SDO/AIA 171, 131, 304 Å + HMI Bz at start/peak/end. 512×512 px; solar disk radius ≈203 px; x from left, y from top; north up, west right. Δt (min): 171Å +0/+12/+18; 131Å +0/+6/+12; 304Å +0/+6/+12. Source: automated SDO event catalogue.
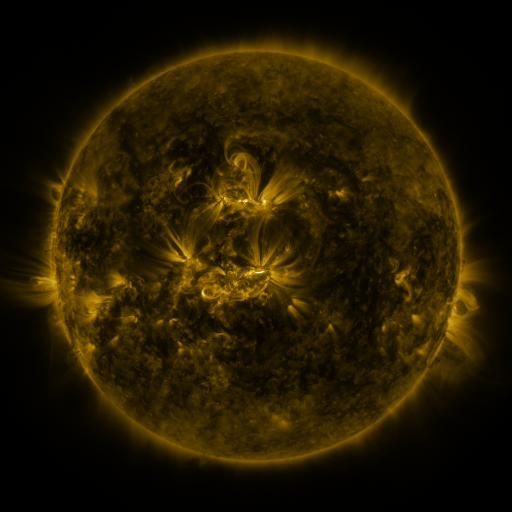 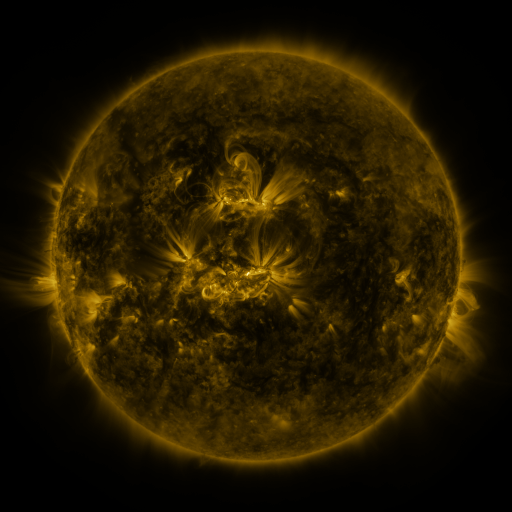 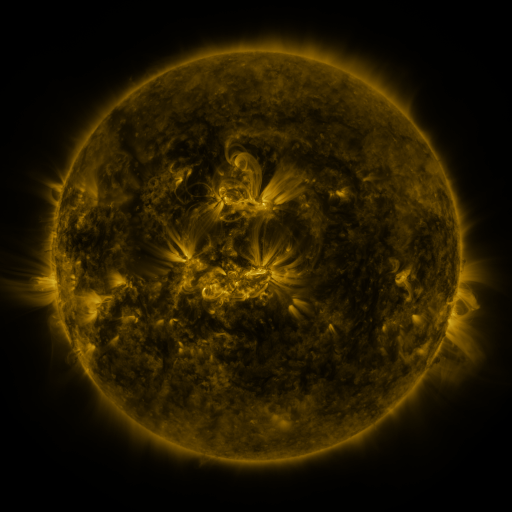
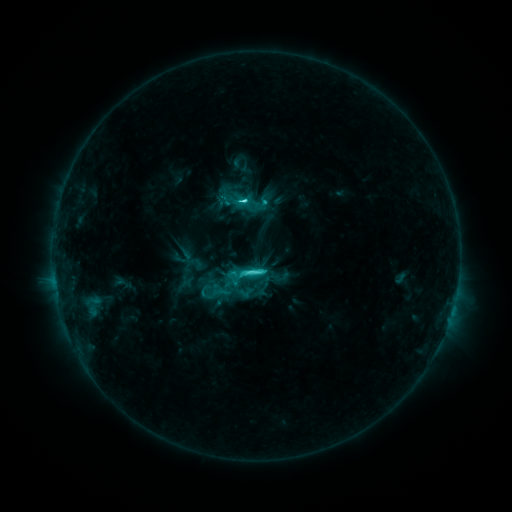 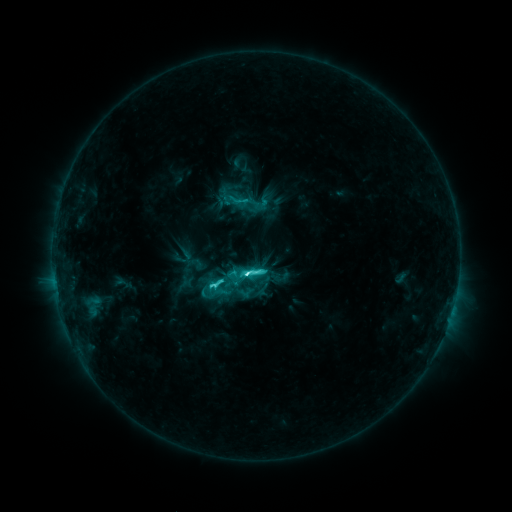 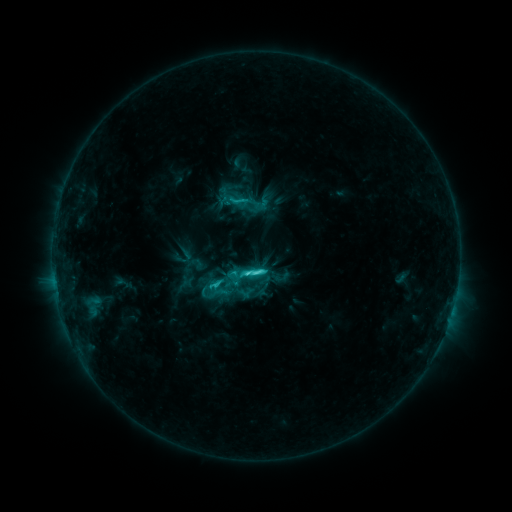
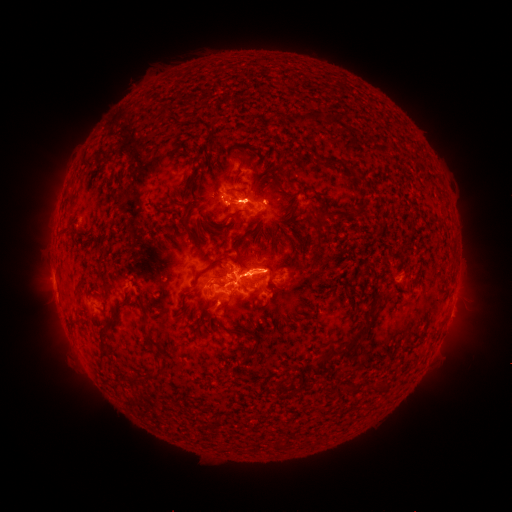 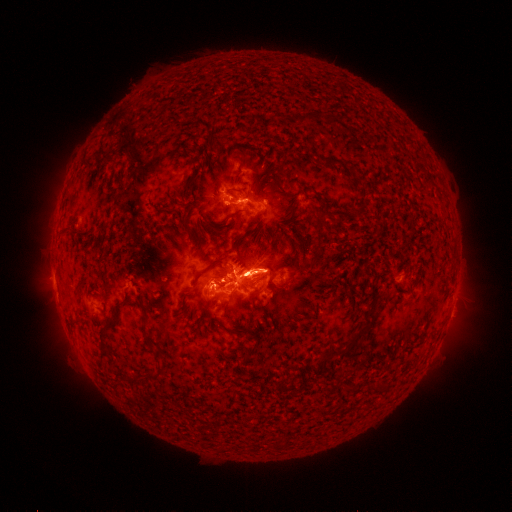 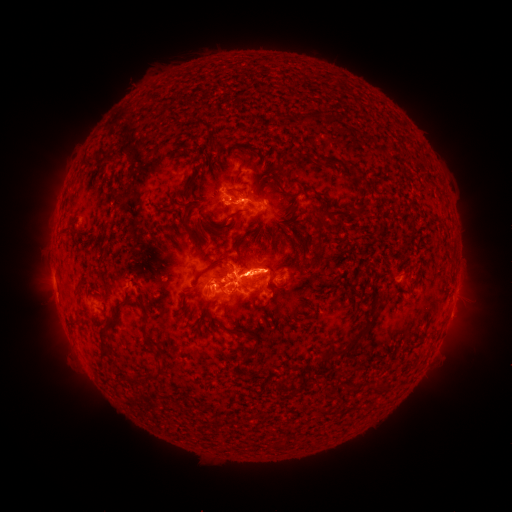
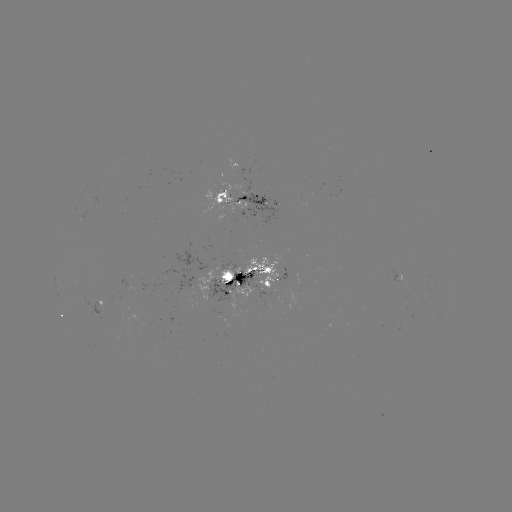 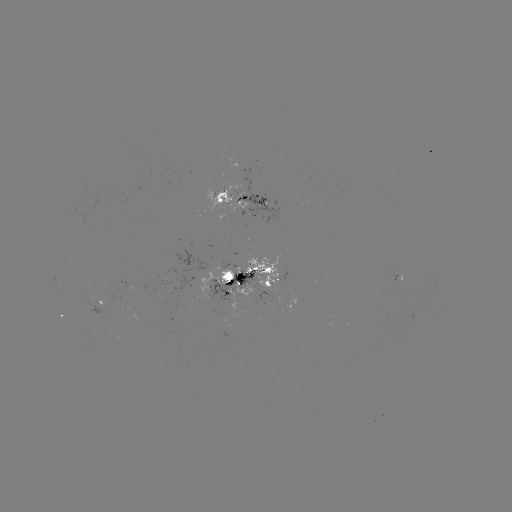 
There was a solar flare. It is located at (214, 284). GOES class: C8.4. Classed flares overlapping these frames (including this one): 1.